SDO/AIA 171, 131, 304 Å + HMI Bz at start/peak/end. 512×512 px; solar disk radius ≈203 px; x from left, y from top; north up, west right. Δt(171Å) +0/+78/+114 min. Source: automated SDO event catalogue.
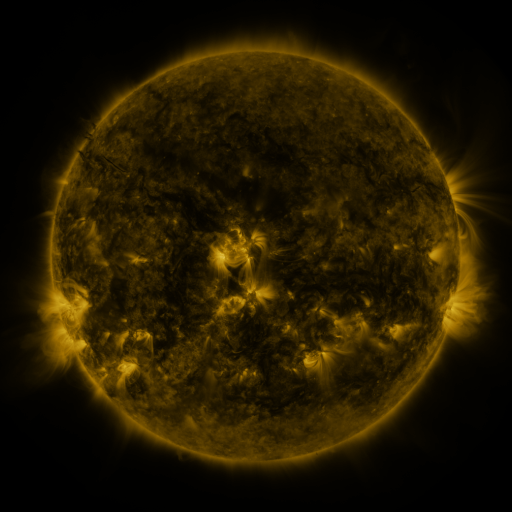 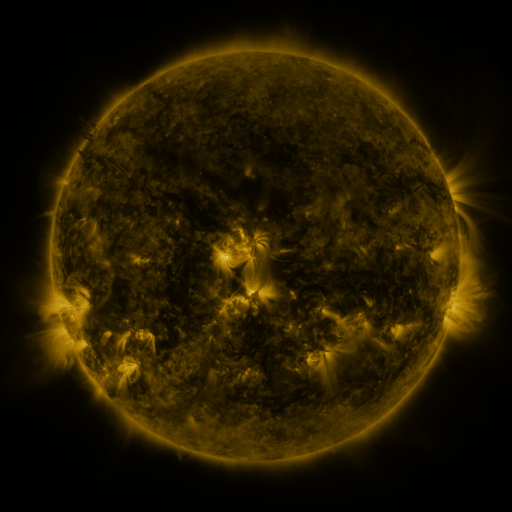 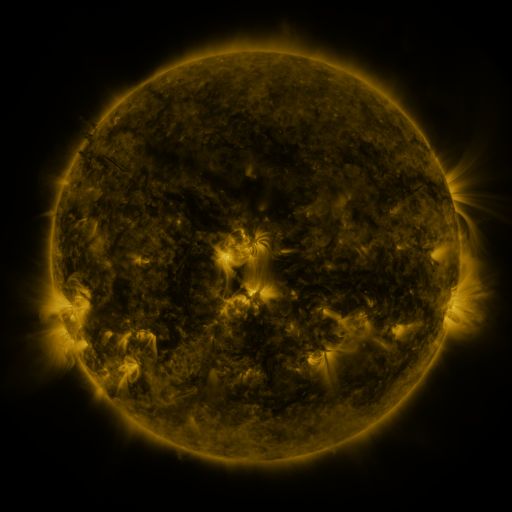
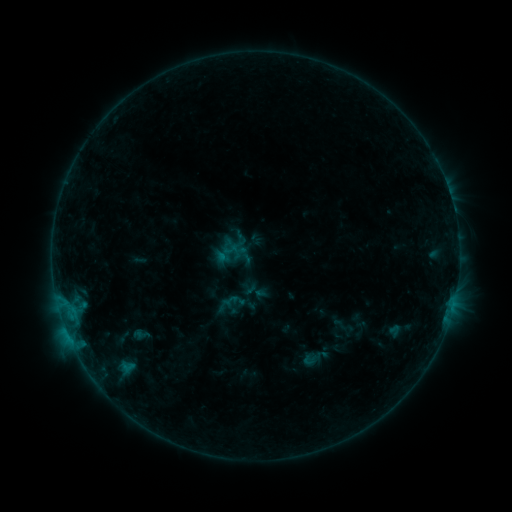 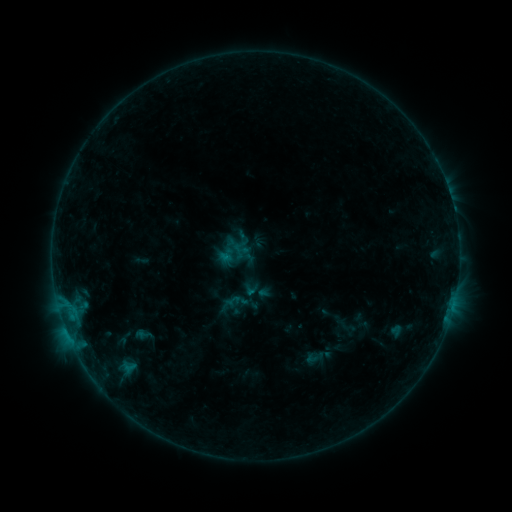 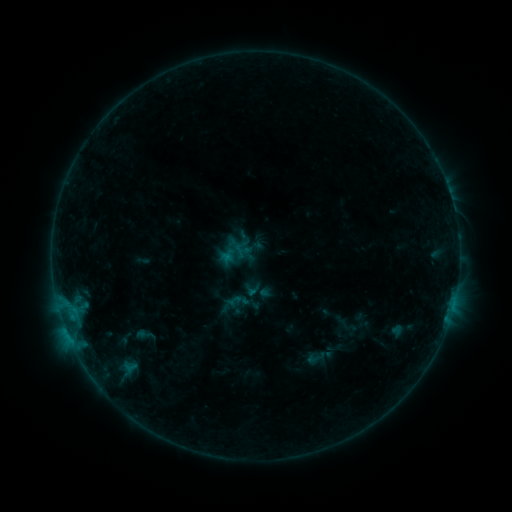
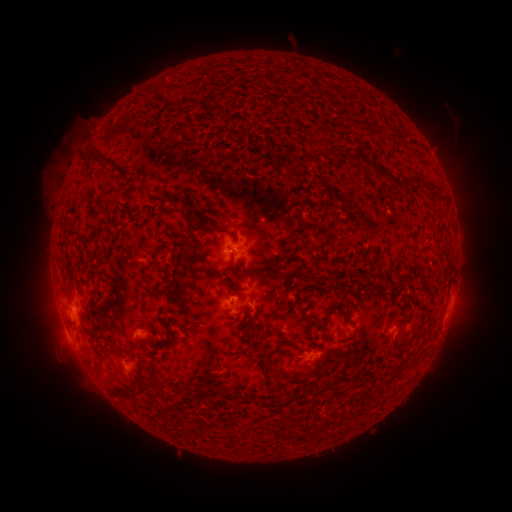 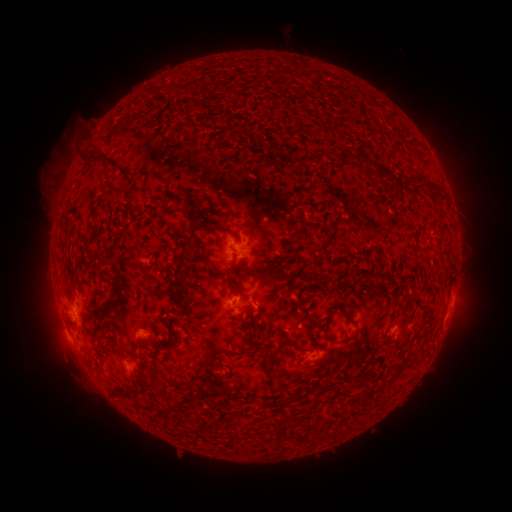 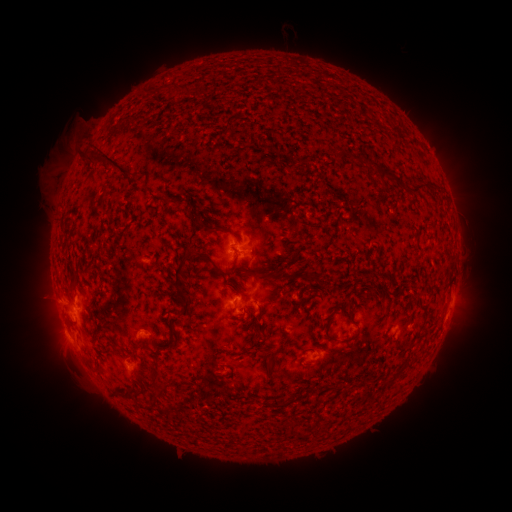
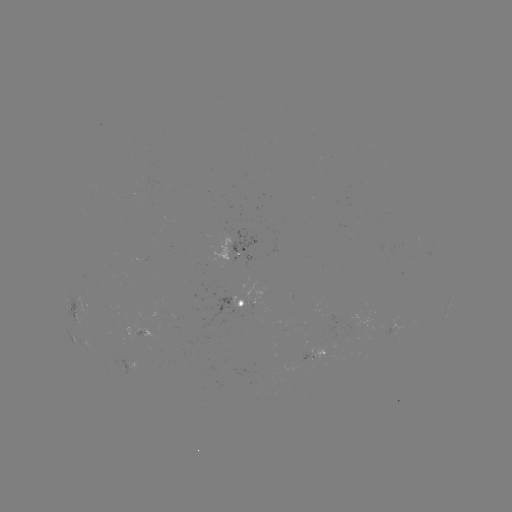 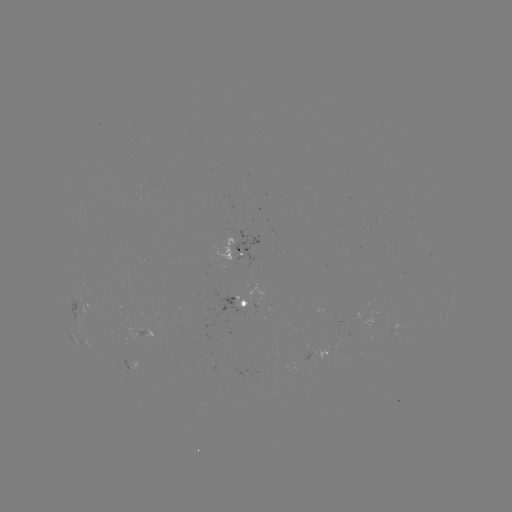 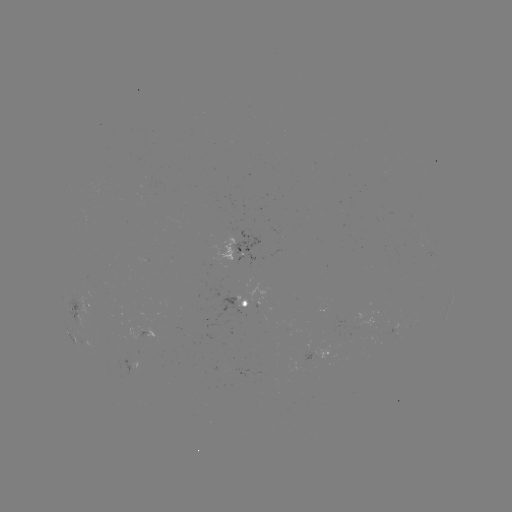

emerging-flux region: <bbox>347, 332, 350, 343</bbox>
